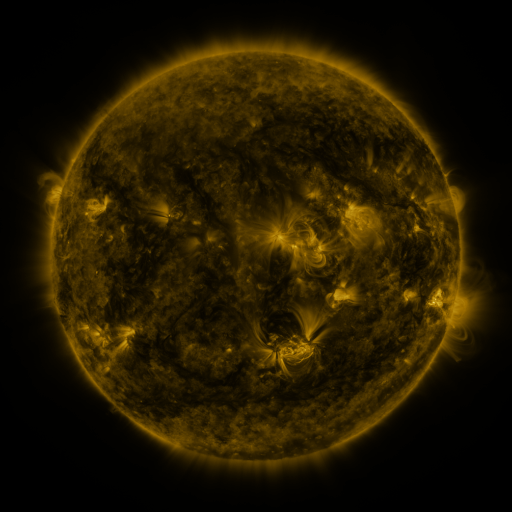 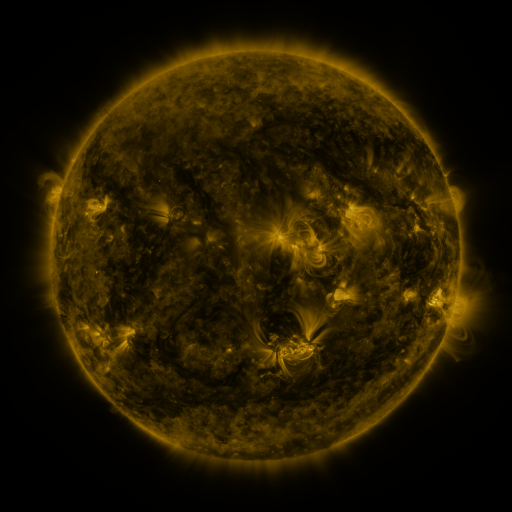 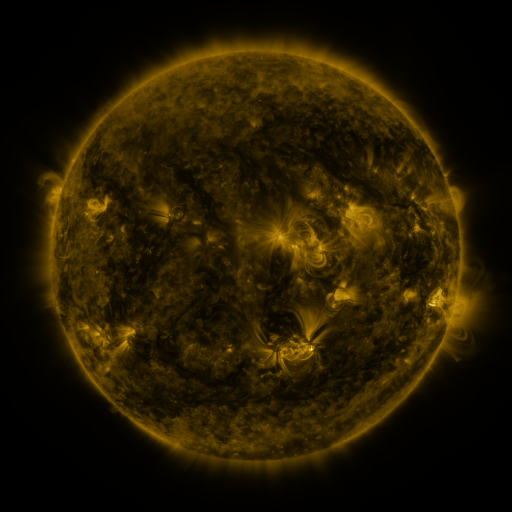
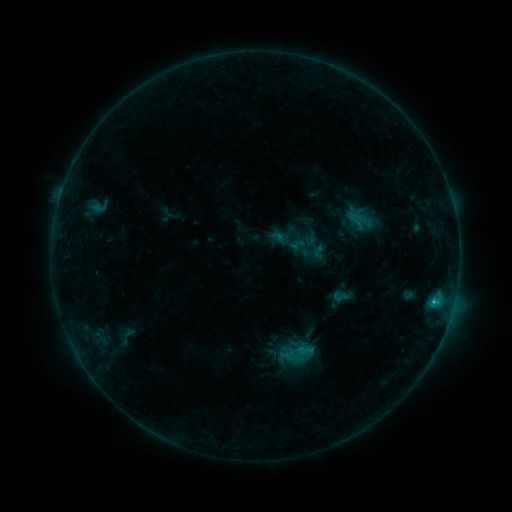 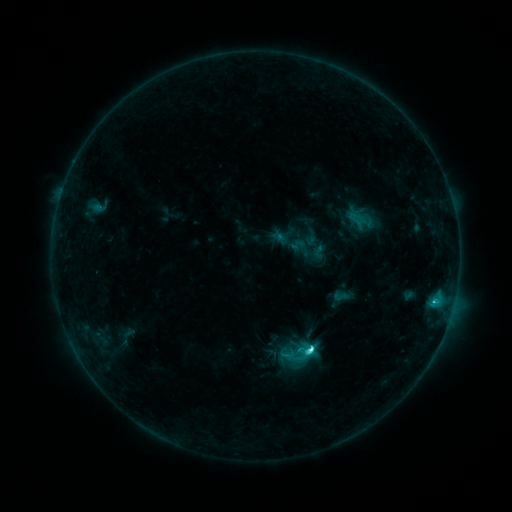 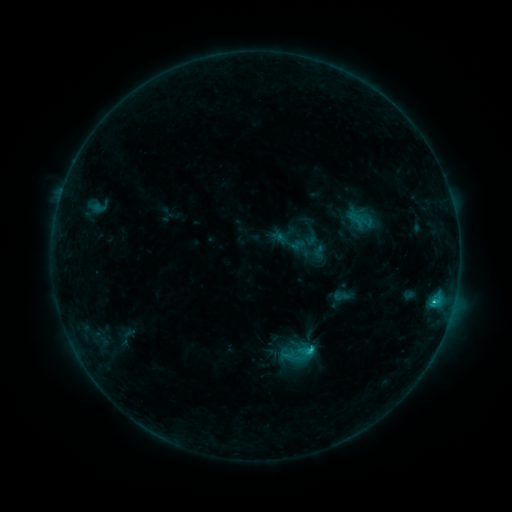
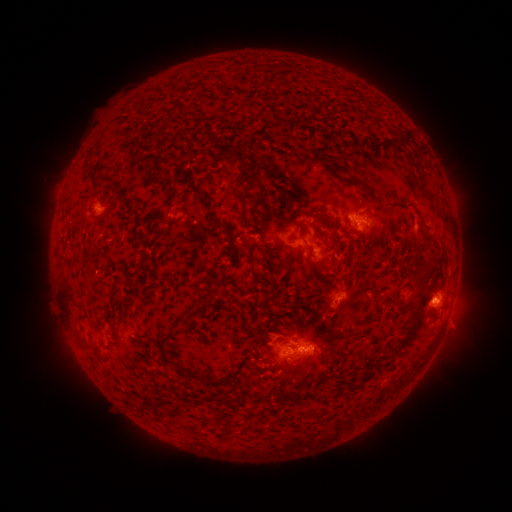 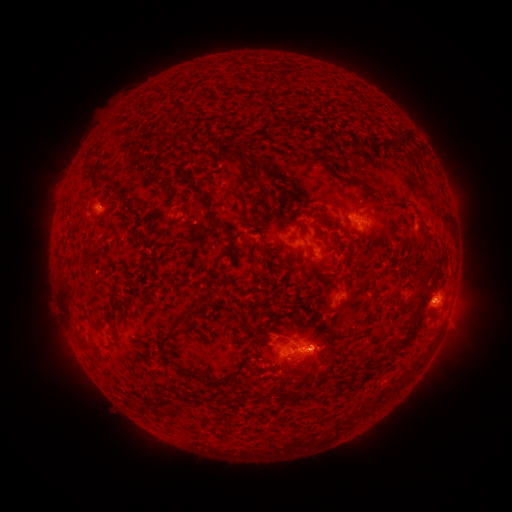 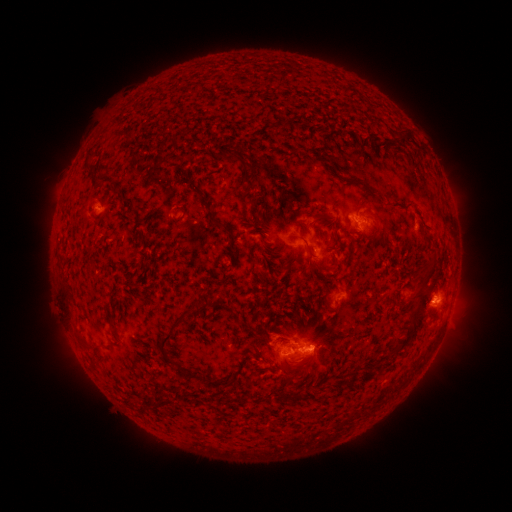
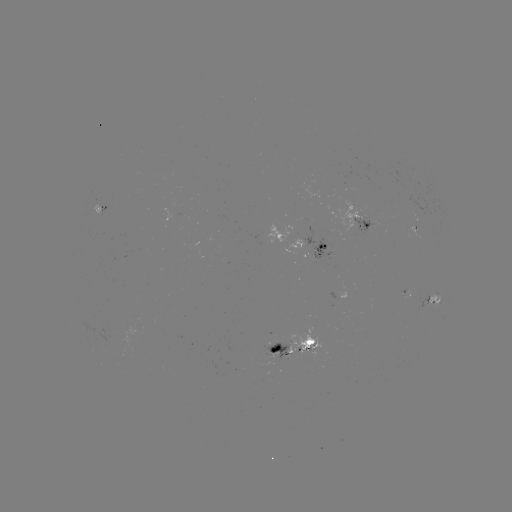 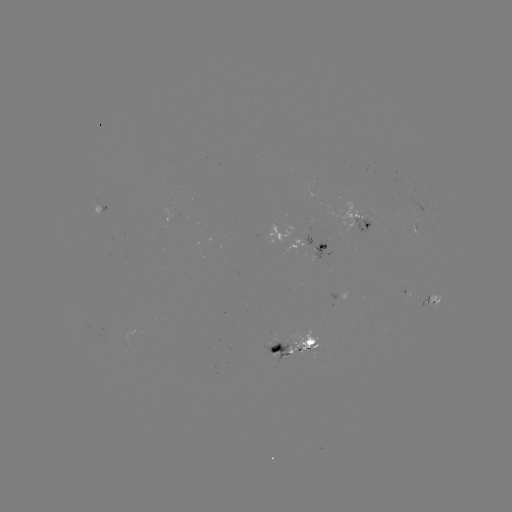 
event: flare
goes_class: C4.2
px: (308, 347)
